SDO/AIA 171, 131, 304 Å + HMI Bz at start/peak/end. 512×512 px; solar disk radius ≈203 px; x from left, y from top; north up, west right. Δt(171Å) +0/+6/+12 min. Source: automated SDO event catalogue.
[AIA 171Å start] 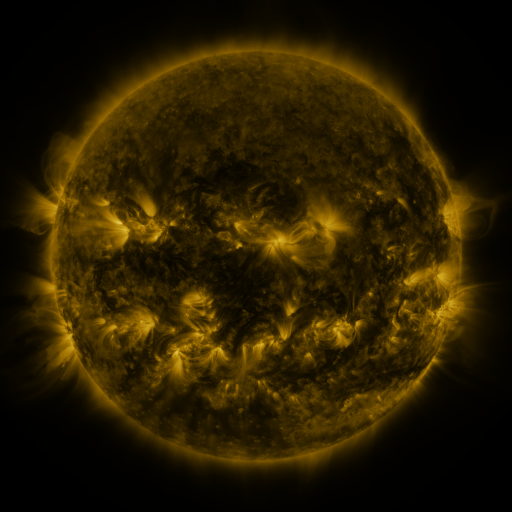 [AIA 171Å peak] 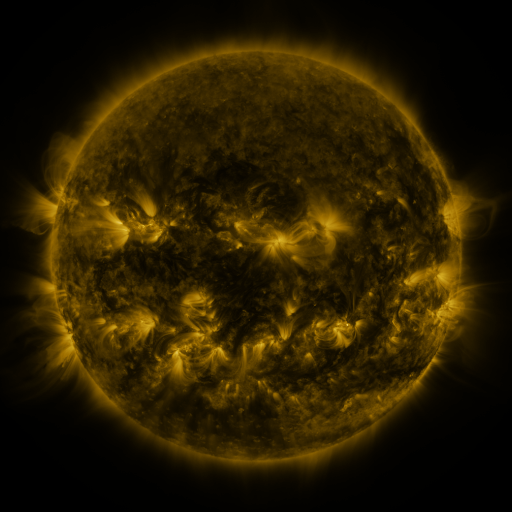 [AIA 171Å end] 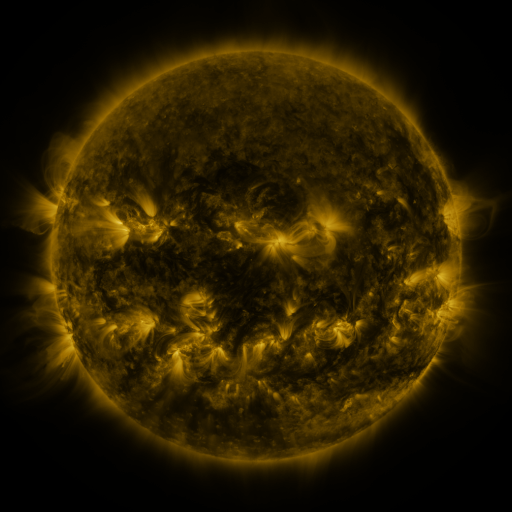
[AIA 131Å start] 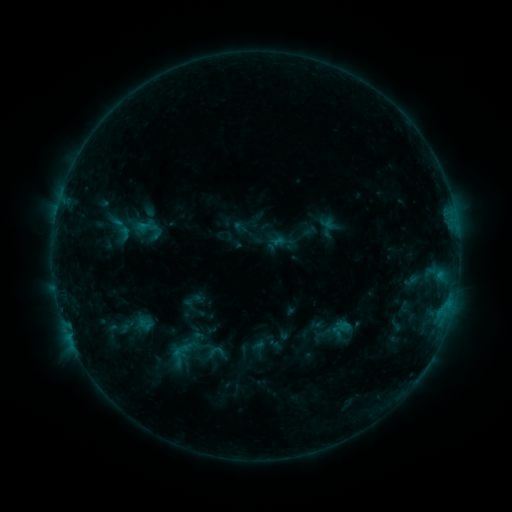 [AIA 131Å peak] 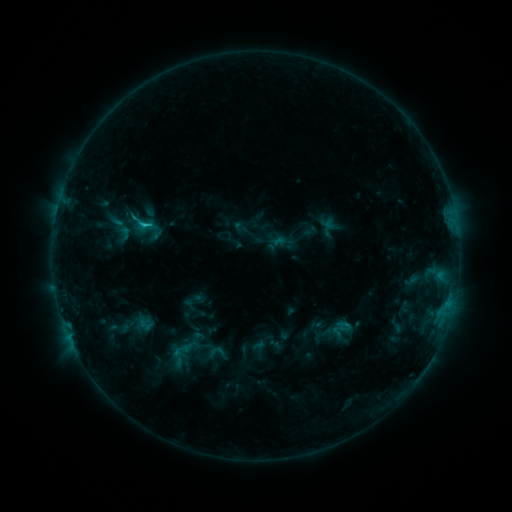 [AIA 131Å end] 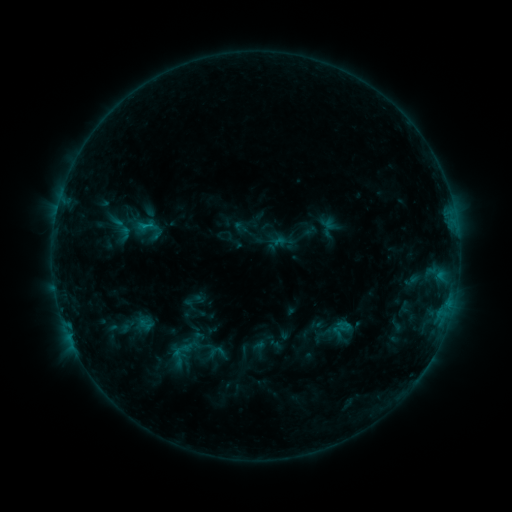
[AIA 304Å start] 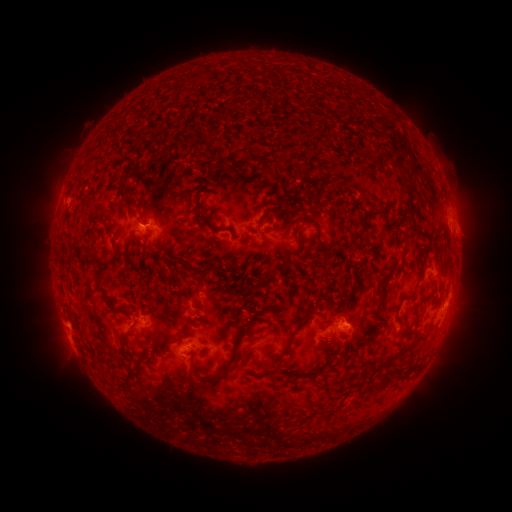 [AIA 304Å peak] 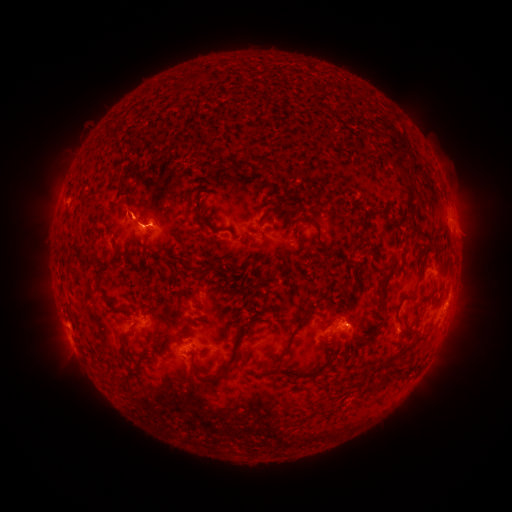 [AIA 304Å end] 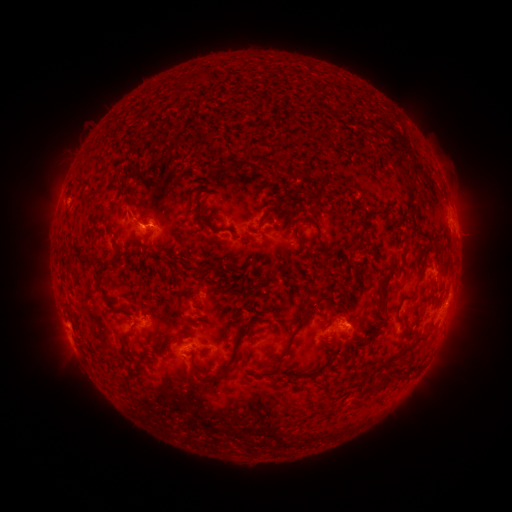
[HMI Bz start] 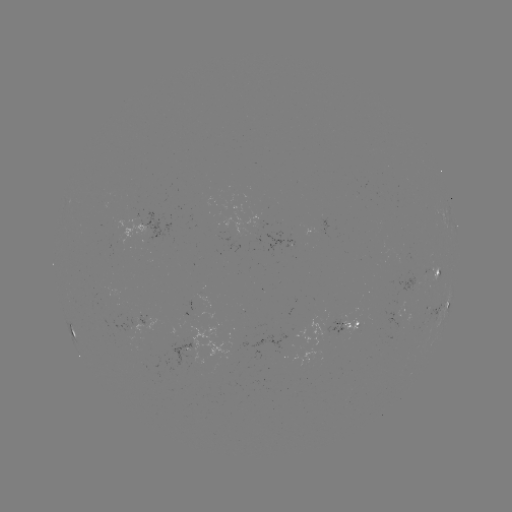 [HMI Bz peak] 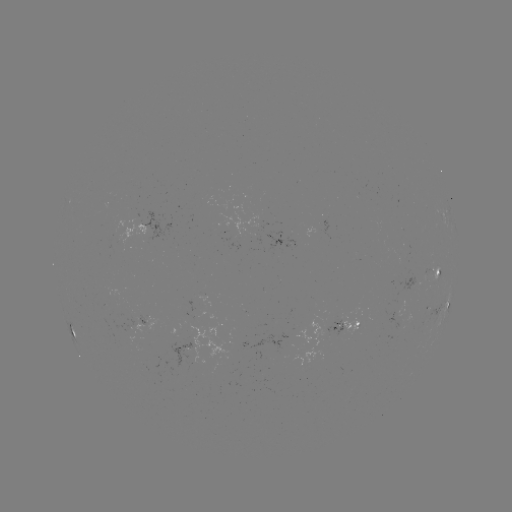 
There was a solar flare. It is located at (144, 228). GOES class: C1.1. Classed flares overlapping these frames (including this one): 1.